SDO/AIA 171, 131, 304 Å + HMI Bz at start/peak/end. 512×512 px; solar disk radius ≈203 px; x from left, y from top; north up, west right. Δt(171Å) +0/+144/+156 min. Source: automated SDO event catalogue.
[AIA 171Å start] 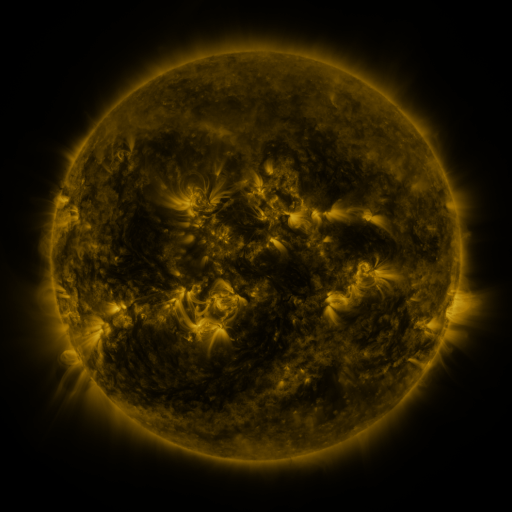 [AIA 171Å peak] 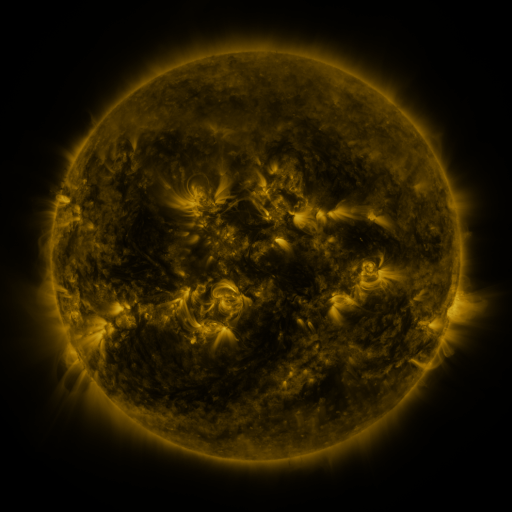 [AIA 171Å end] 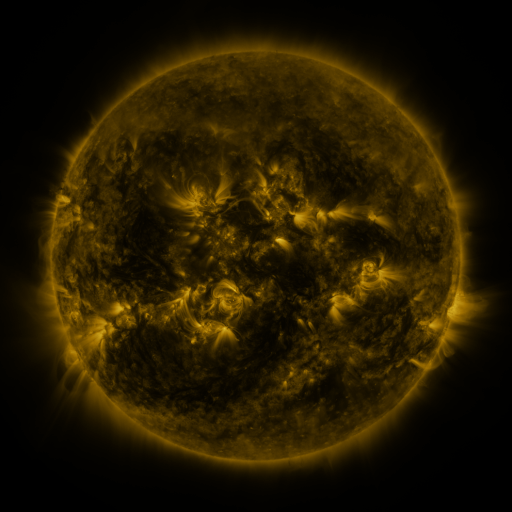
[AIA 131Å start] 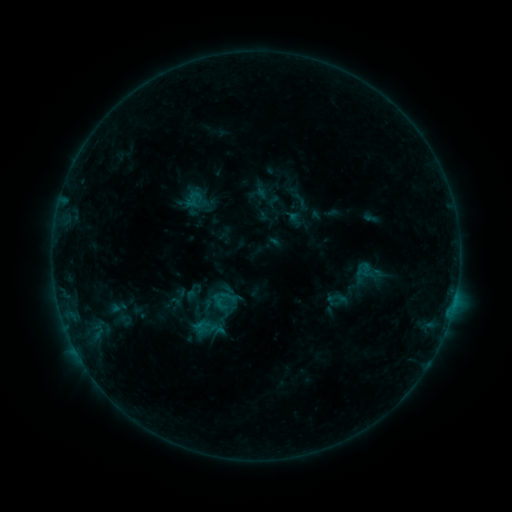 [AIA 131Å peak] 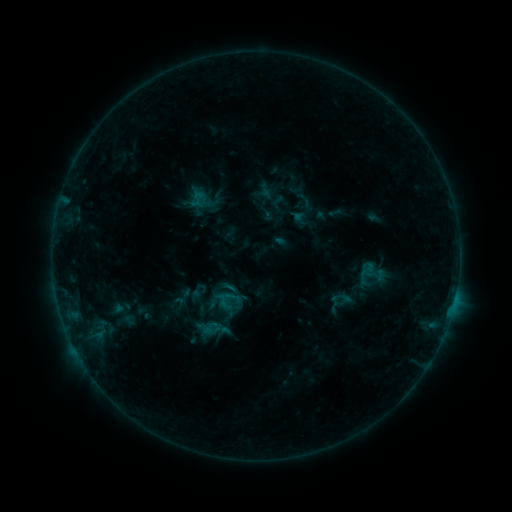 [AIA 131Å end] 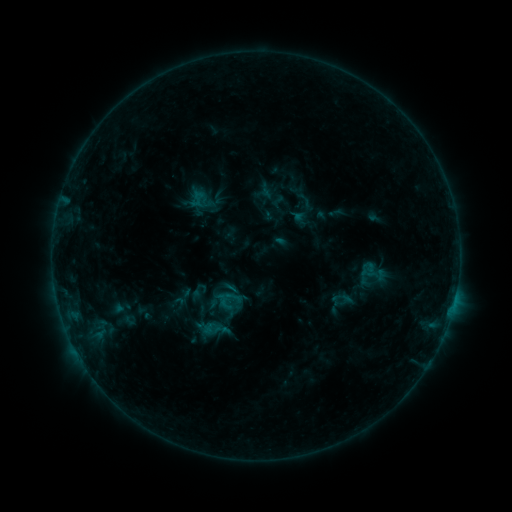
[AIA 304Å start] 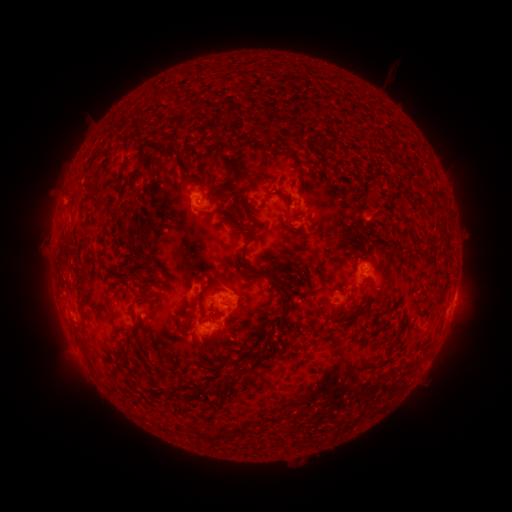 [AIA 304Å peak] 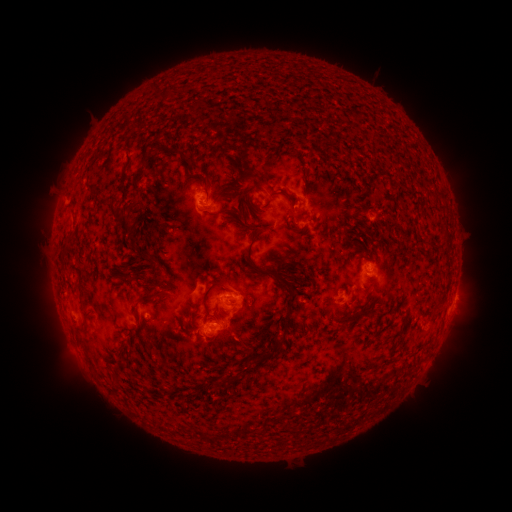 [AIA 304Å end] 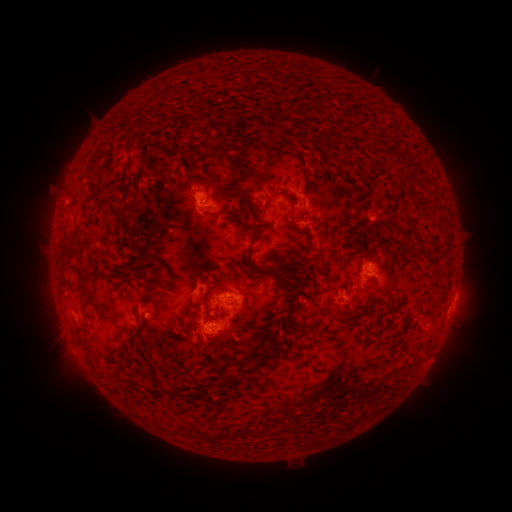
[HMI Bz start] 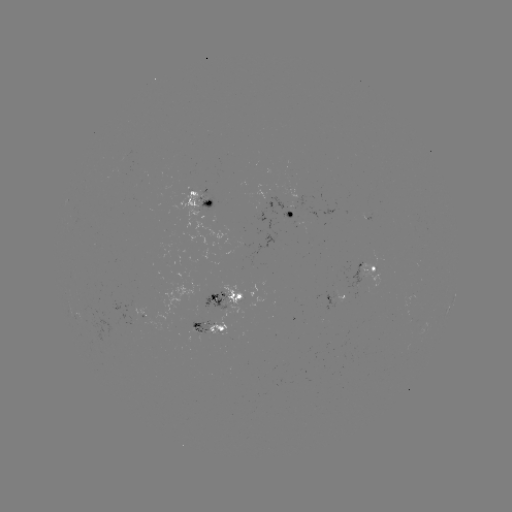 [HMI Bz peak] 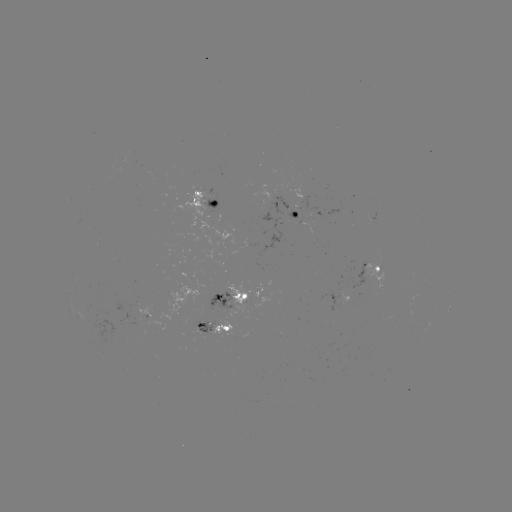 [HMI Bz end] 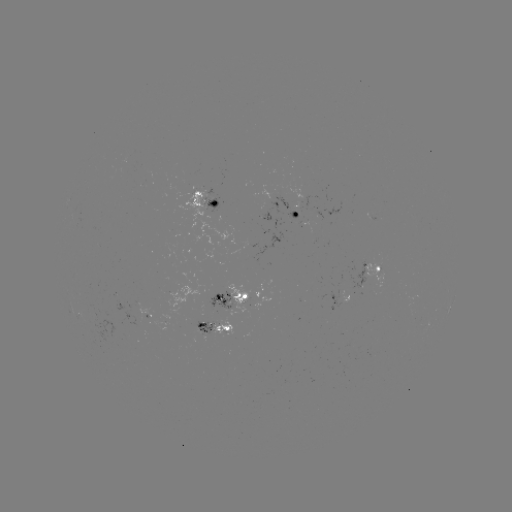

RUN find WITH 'emerging-flux region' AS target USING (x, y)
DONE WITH (203, 324) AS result